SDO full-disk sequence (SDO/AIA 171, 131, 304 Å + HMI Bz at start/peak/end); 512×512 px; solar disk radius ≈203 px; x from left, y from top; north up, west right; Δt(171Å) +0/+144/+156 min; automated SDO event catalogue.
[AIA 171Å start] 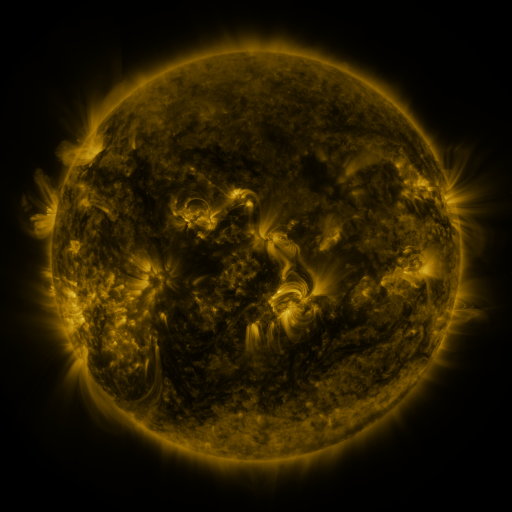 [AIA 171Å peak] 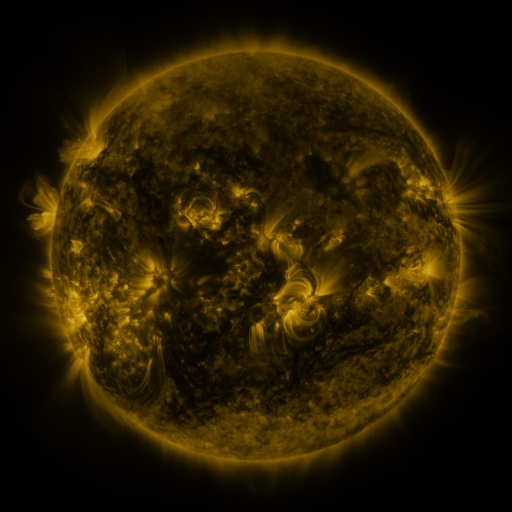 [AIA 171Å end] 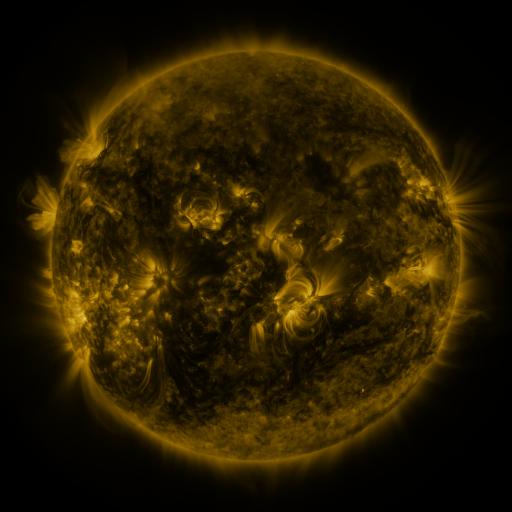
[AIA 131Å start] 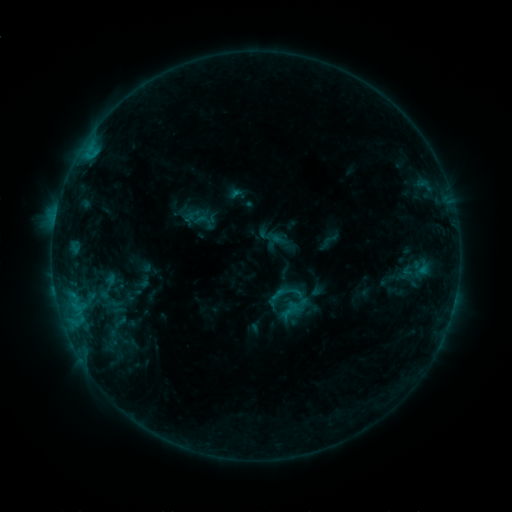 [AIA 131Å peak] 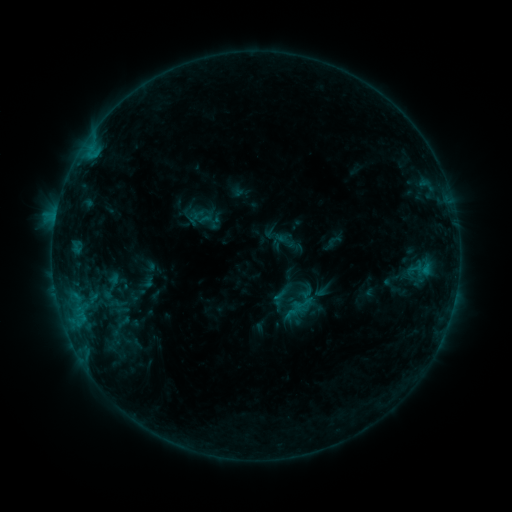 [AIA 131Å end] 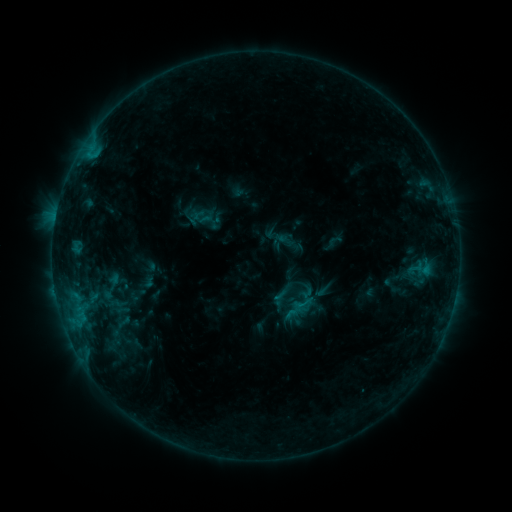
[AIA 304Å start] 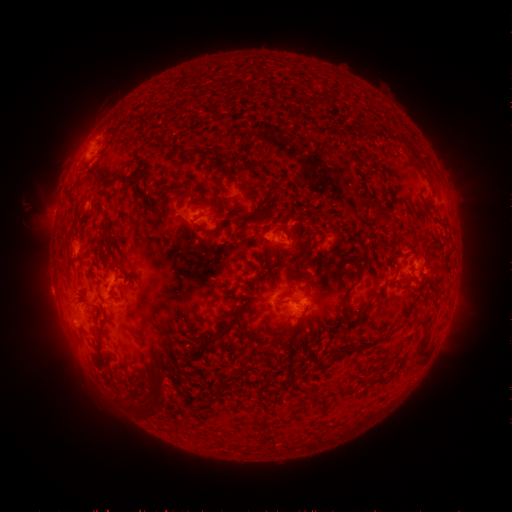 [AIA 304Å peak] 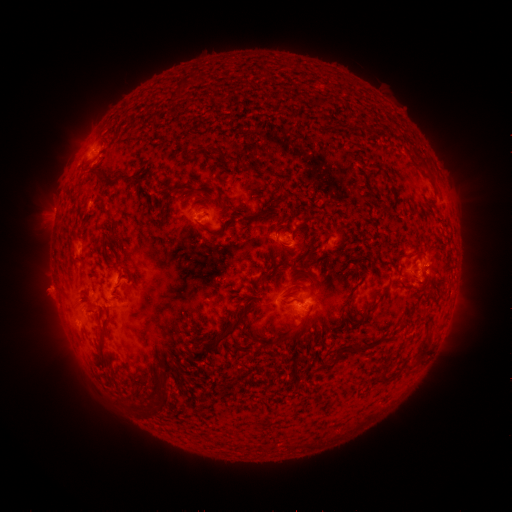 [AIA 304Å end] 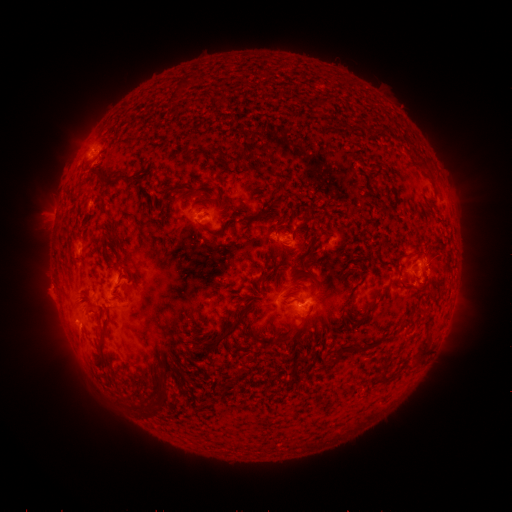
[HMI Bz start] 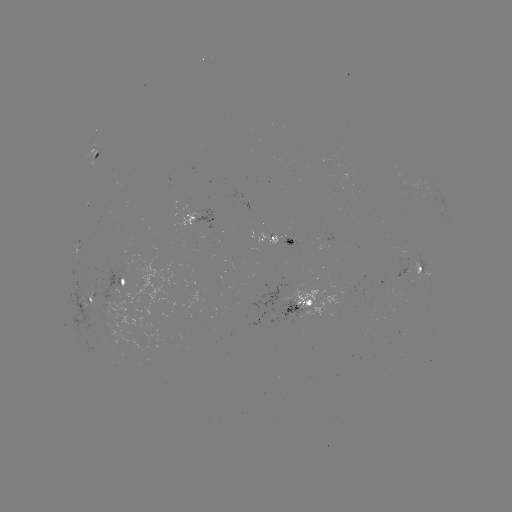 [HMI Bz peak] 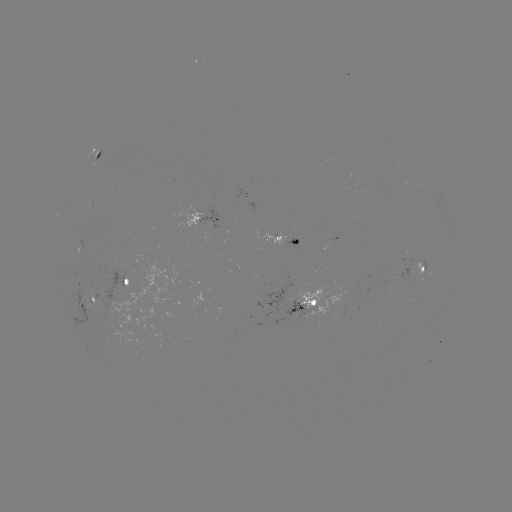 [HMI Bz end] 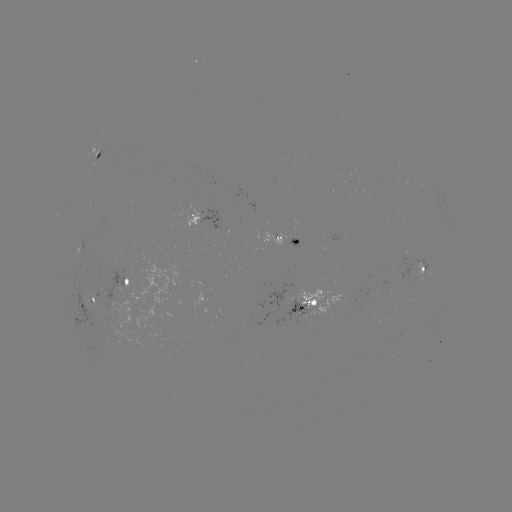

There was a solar emerging-flux region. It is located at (92, 310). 